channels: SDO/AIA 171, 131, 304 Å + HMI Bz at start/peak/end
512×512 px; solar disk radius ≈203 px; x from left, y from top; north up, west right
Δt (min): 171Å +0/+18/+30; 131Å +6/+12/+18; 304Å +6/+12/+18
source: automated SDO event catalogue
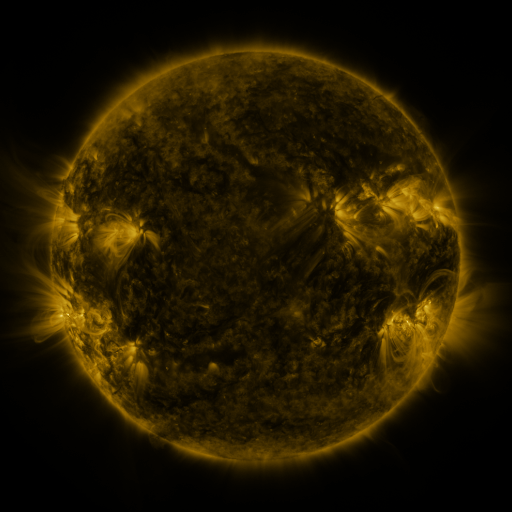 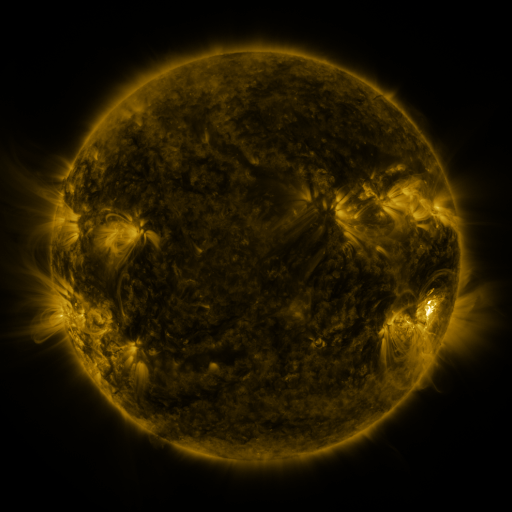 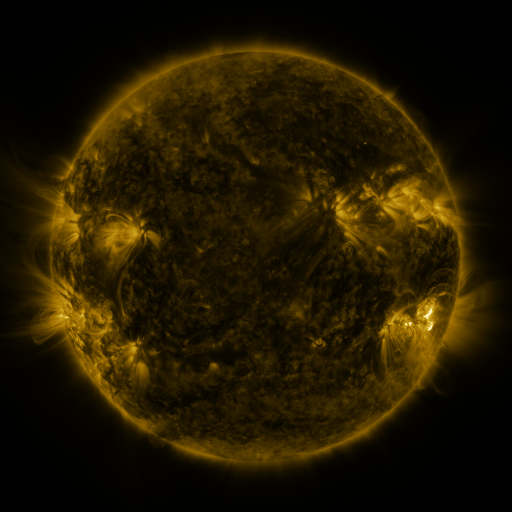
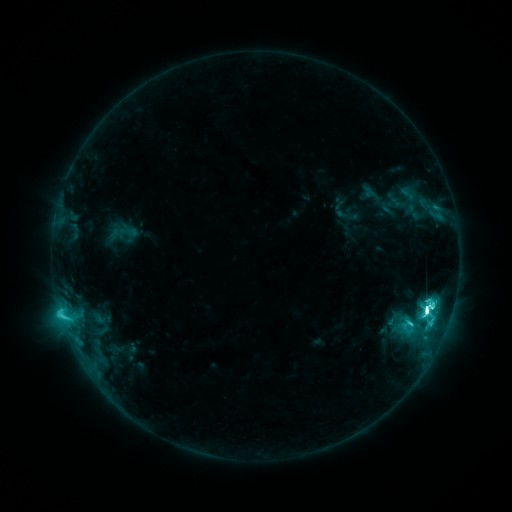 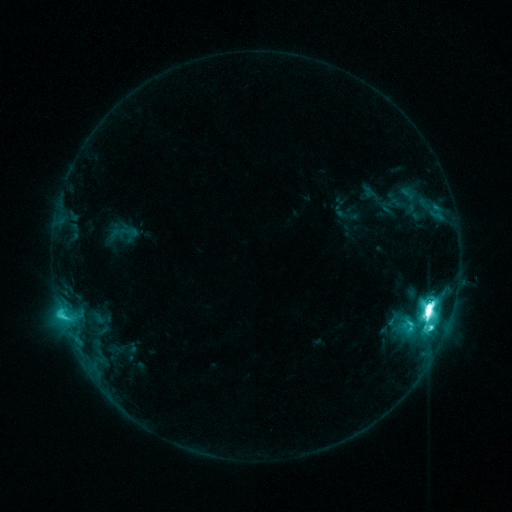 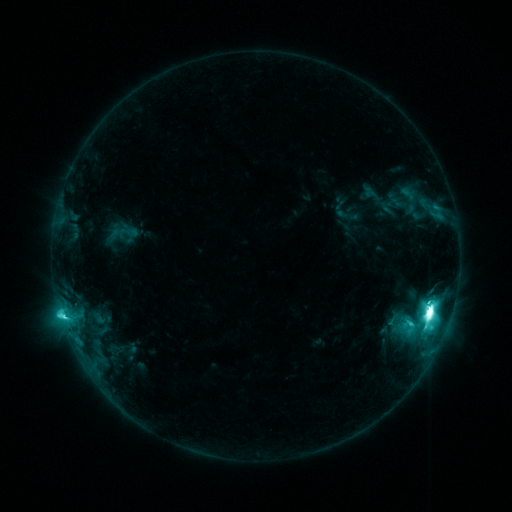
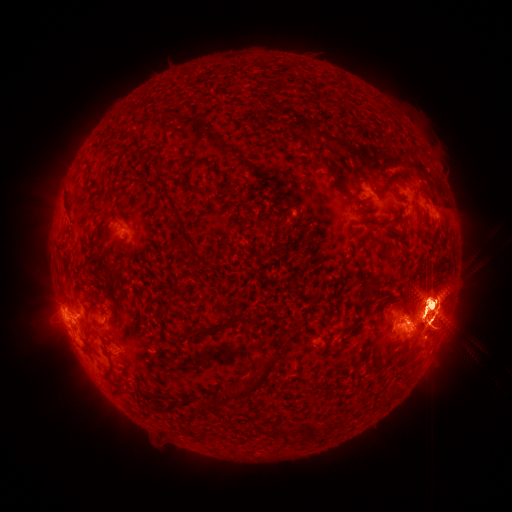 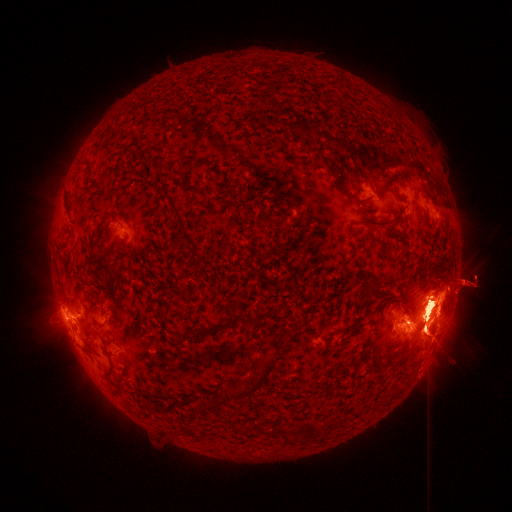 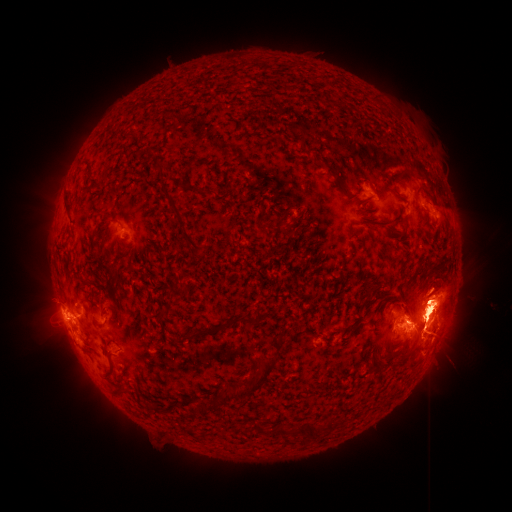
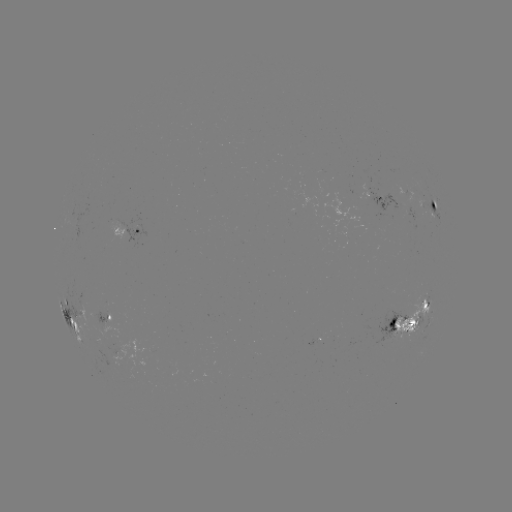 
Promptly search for eruption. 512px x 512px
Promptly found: [51, 198].